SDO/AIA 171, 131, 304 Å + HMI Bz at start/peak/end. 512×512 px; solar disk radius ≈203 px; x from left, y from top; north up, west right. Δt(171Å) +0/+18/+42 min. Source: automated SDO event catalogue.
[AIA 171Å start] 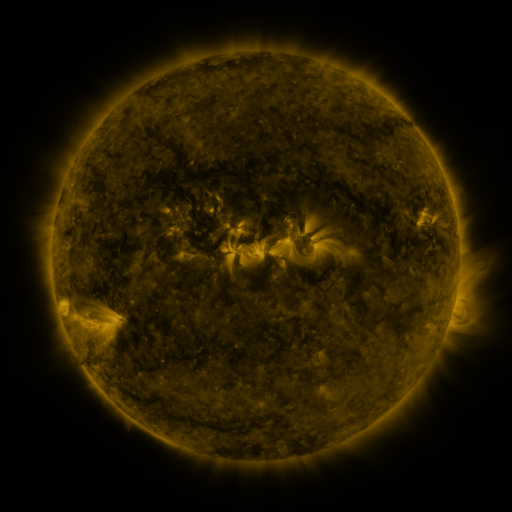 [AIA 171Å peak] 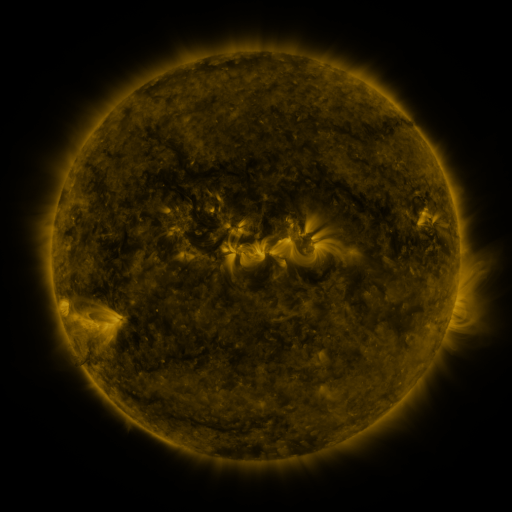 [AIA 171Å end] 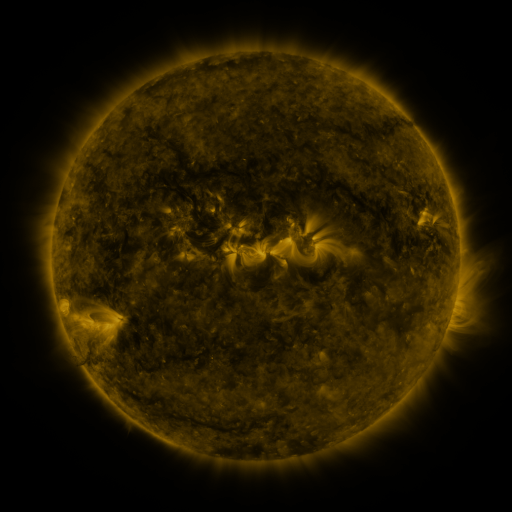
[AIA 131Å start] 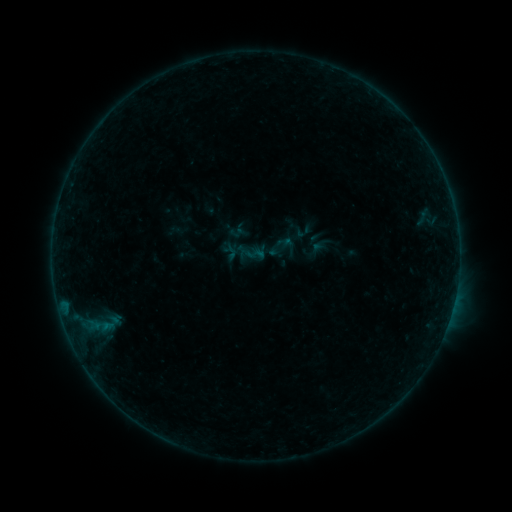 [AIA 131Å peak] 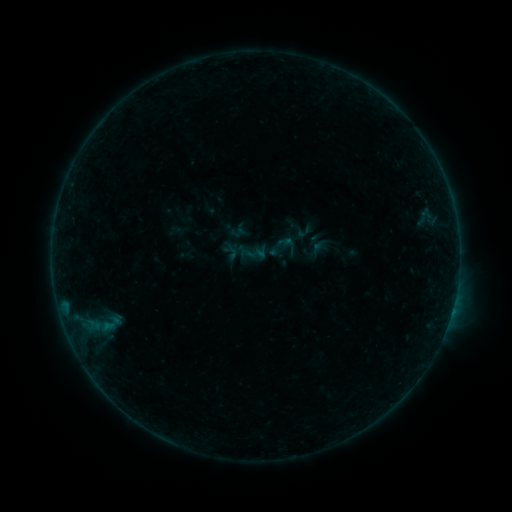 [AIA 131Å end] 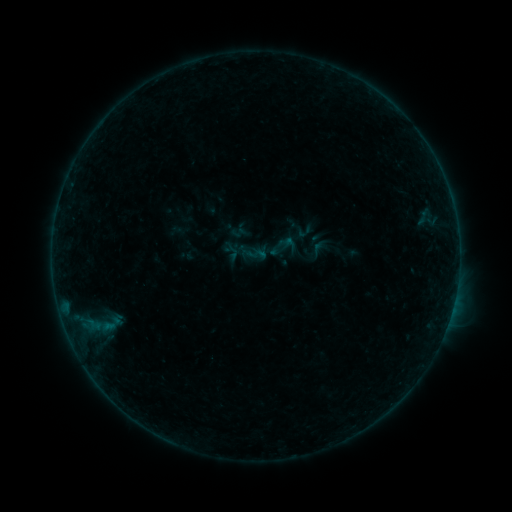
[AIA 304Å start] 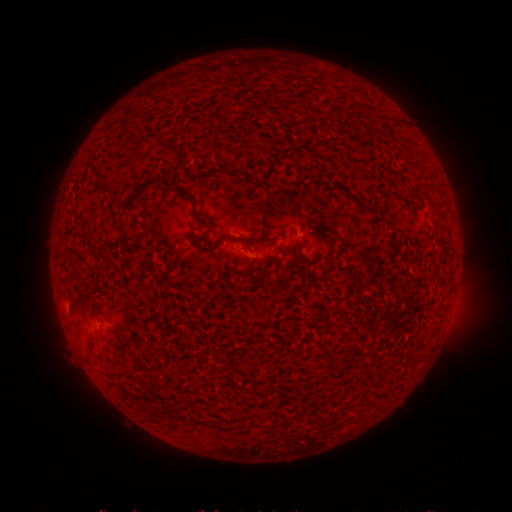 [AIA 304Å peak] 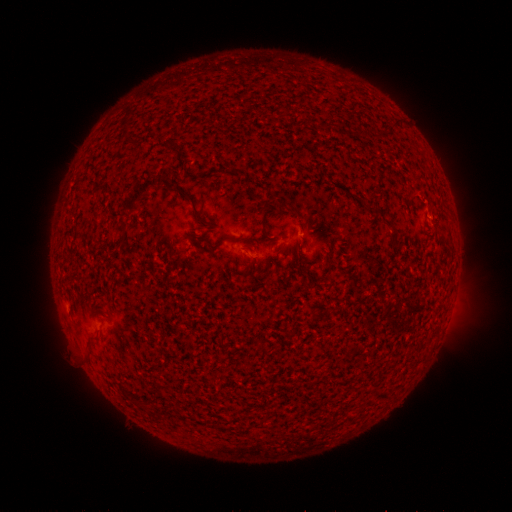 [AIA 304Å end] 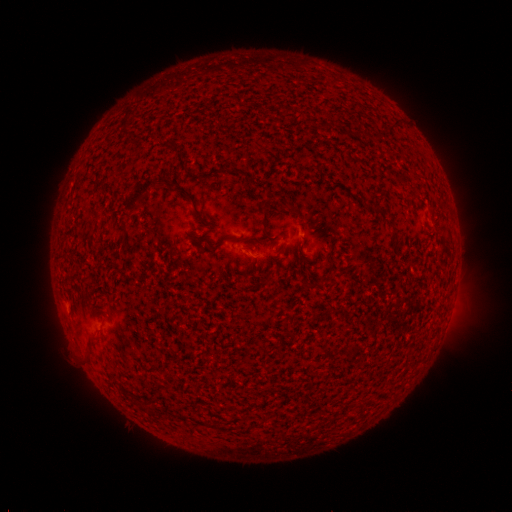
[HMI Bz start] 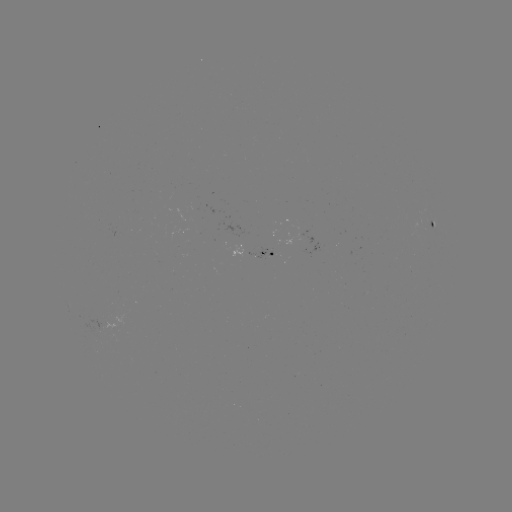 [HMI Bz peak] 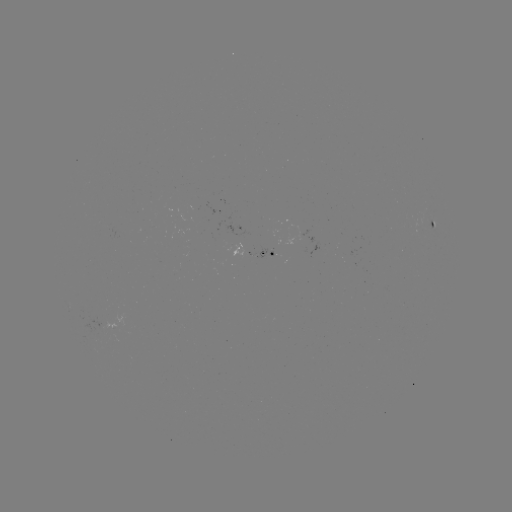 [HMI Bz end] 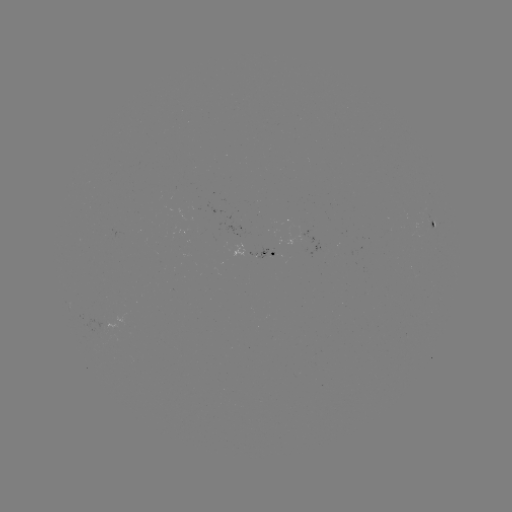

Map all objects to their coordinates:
B2.0 flare: (451, 312)
